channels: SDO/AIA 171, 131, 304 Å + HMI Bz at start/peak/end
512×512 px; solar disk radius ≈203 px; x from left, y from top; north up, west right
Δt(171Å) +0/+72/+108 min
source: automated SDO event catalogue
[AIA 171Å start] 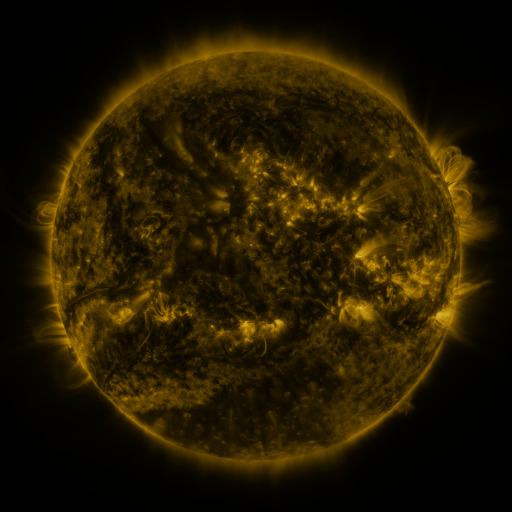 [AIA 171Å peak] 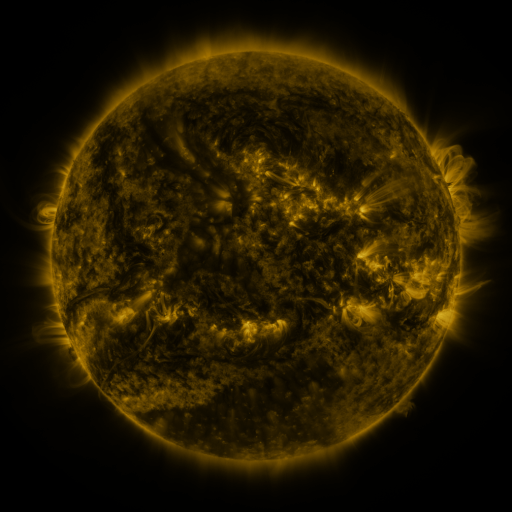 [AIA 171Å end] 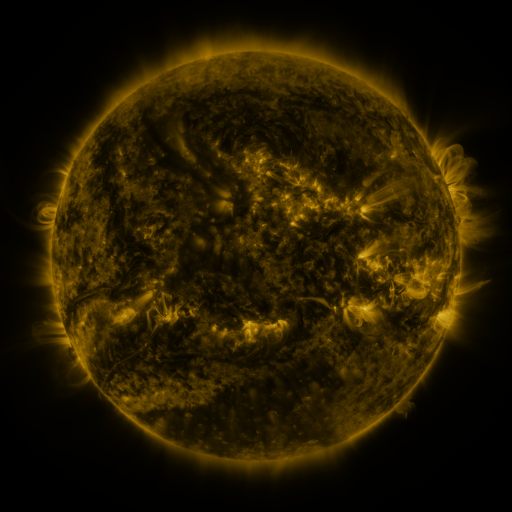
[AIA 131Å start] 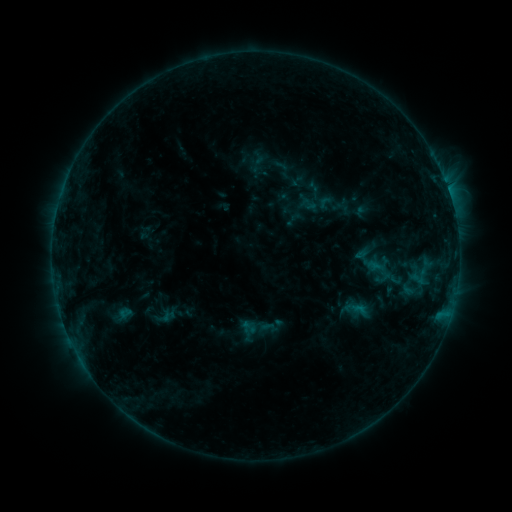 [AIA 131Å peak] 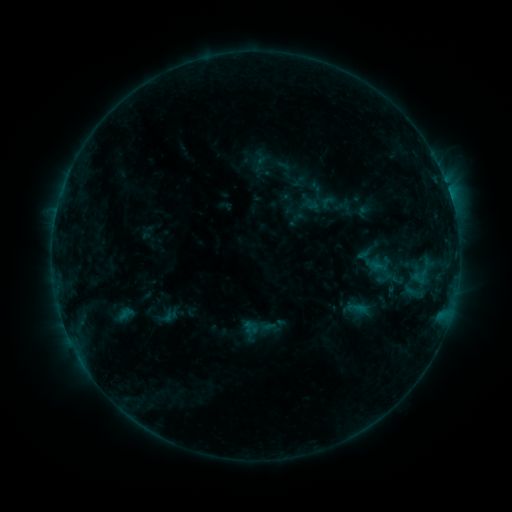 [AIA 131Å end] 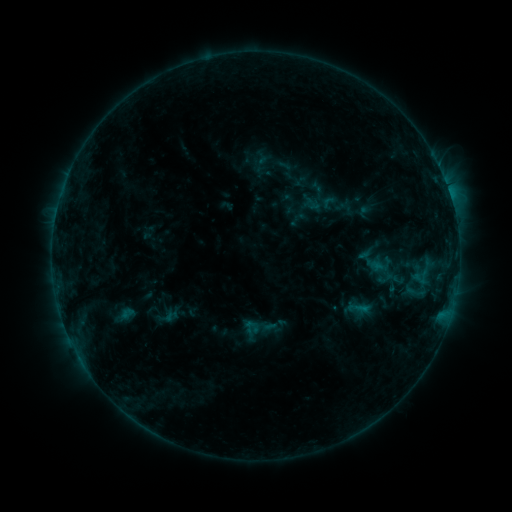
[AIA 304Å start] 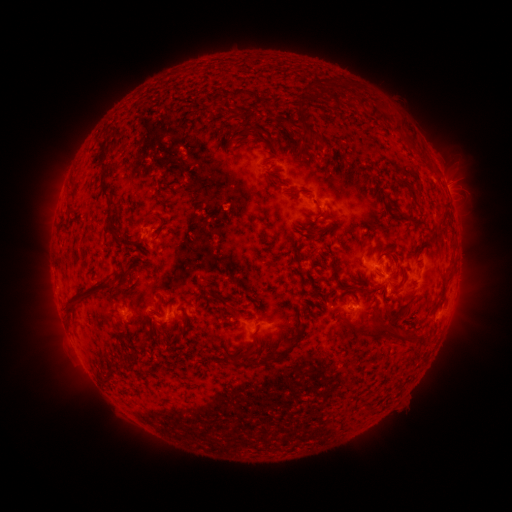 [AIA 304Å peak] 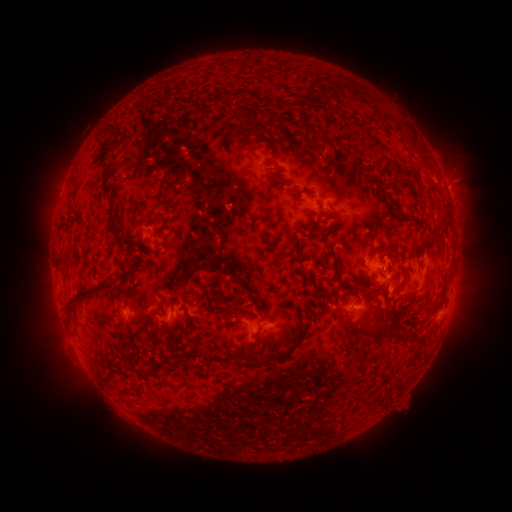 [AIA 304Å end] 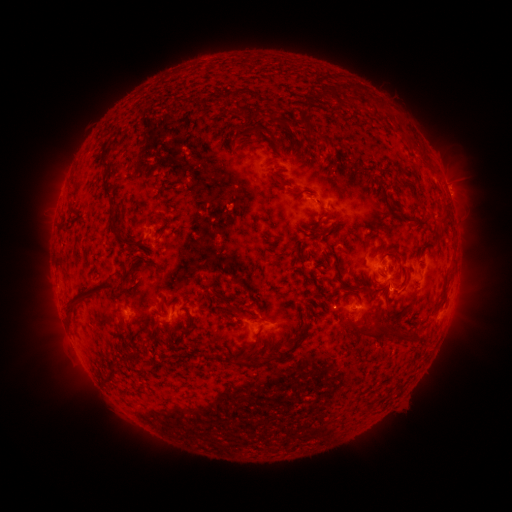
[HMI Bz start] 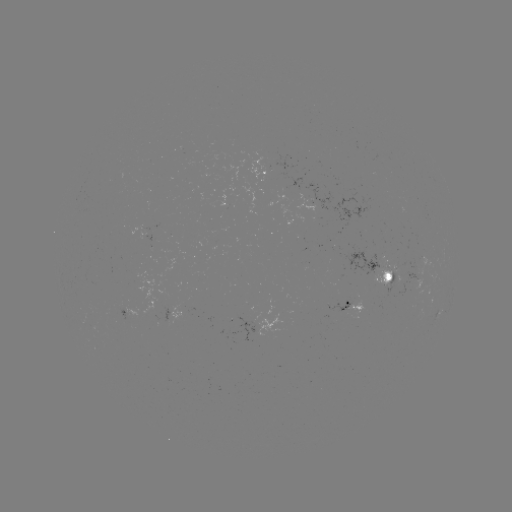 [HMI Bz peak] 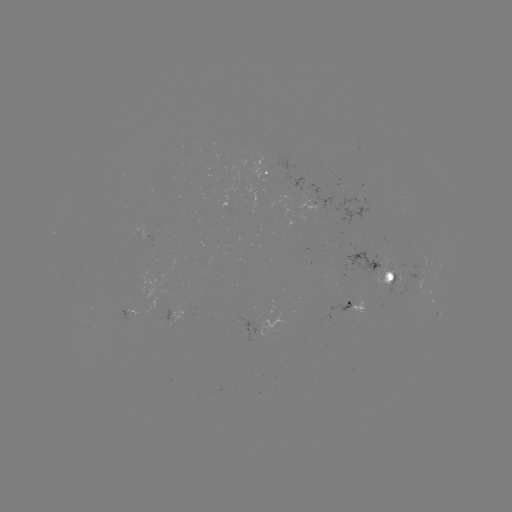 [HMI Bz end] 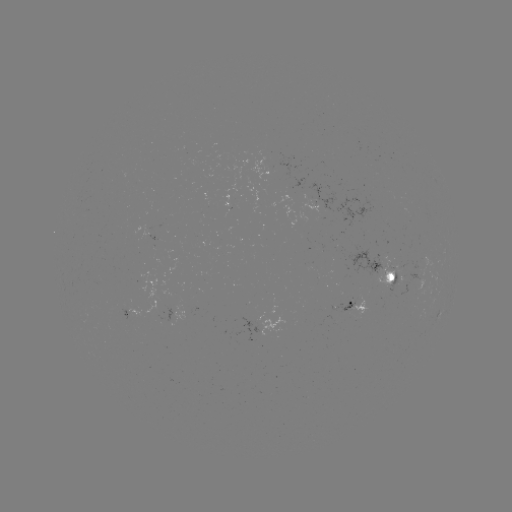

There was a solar emerging-flux region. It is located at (319, 197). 